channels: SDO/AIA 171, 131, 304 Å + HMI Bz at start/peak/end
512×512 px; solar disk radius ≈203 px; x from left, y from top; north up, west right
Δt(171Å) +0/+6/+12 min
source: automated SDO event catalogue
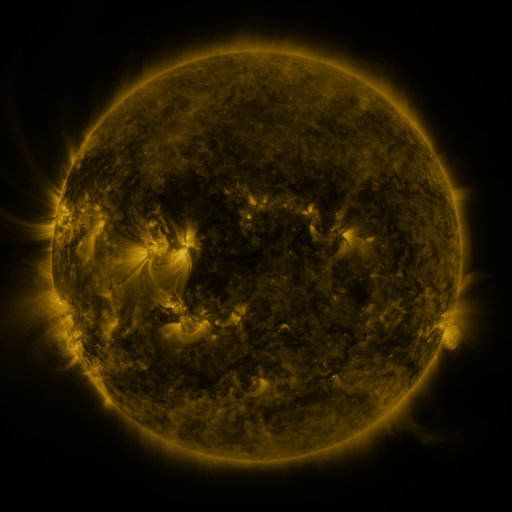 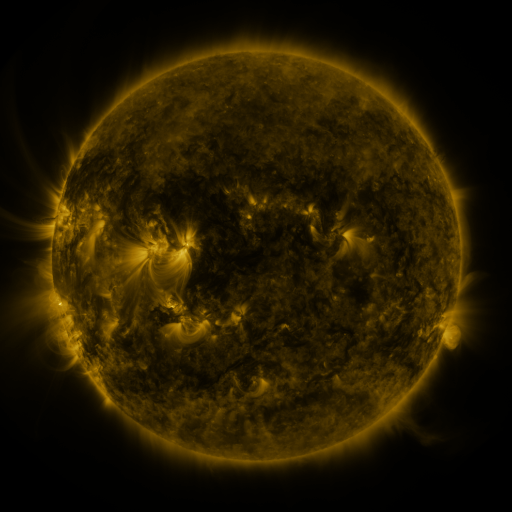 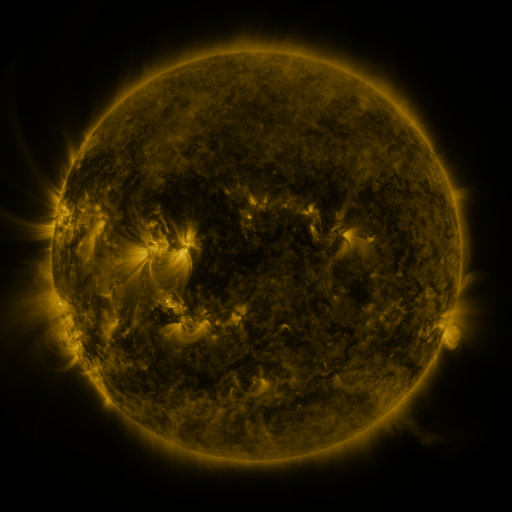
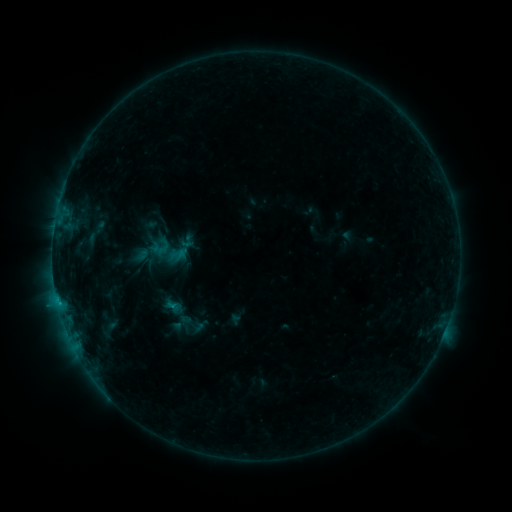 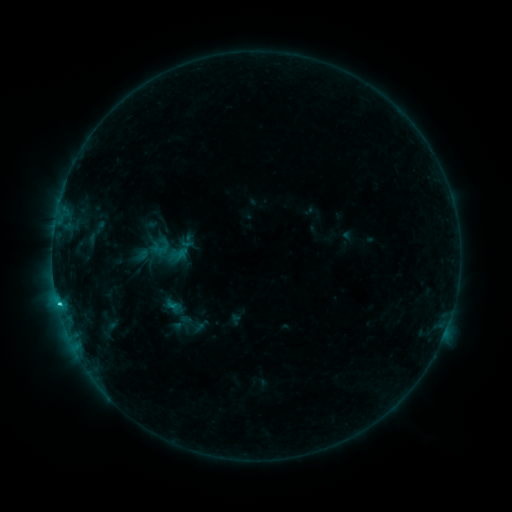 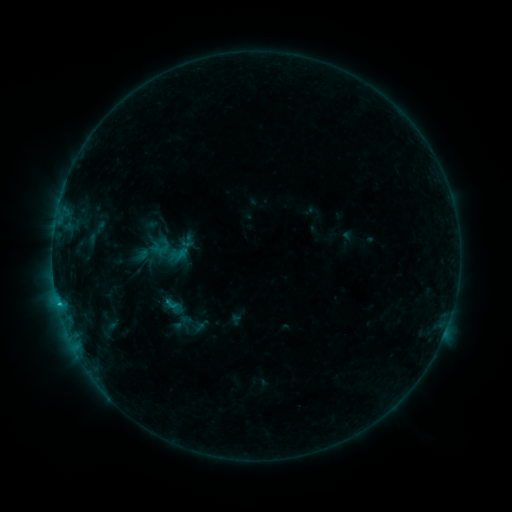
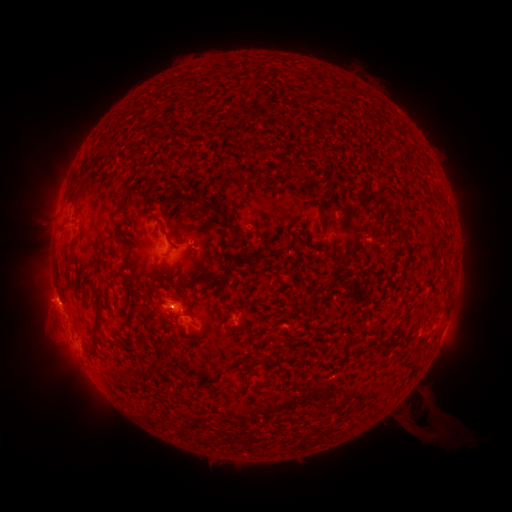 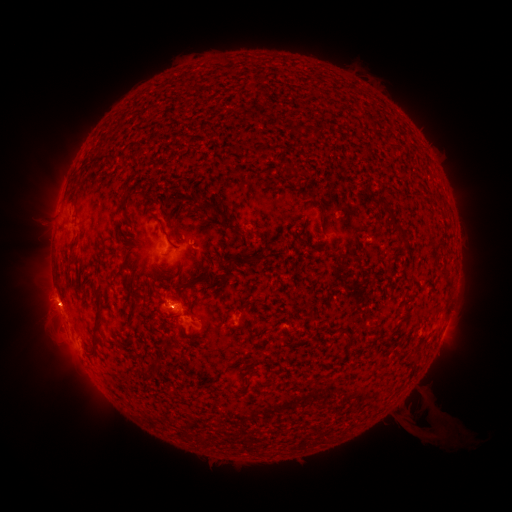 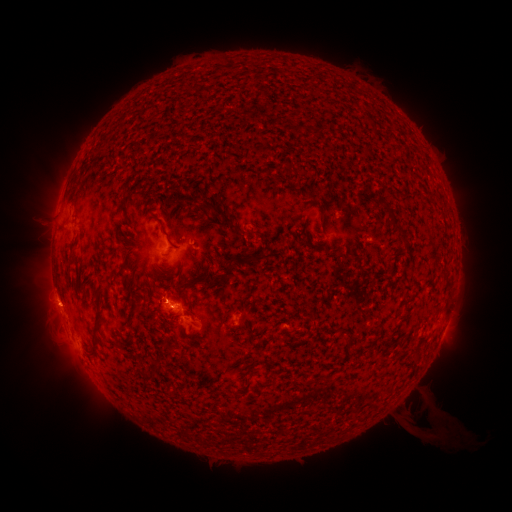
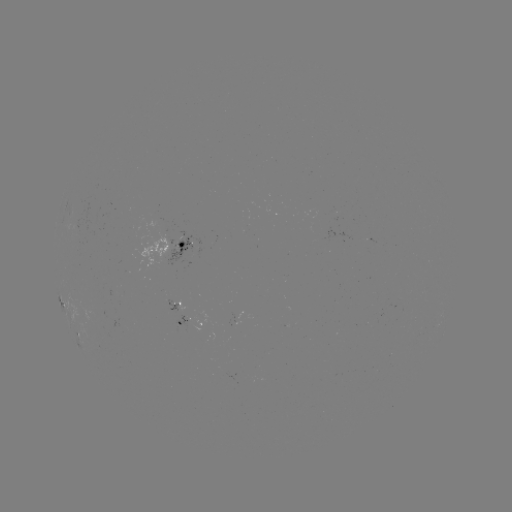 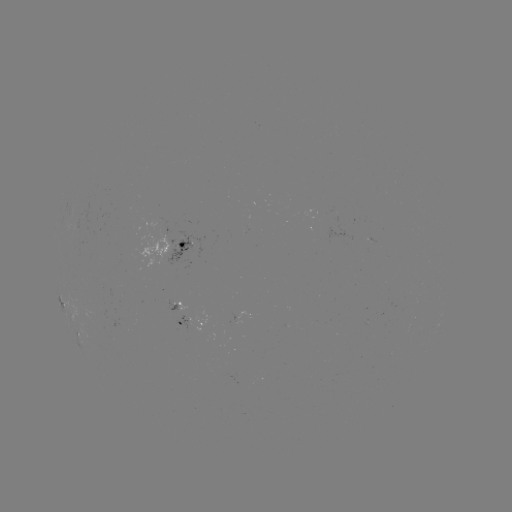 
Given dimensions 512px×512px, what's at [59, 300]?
C1.1 flare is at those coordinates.